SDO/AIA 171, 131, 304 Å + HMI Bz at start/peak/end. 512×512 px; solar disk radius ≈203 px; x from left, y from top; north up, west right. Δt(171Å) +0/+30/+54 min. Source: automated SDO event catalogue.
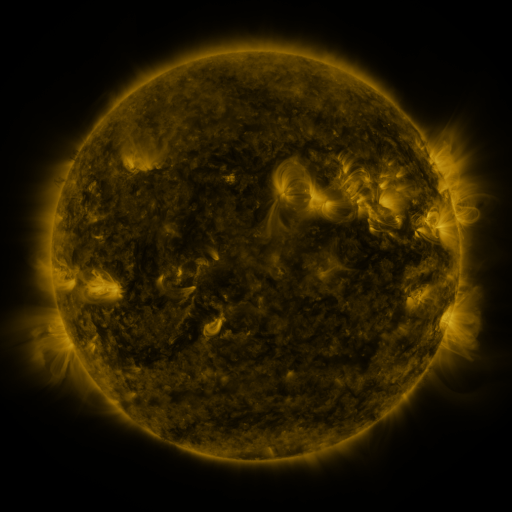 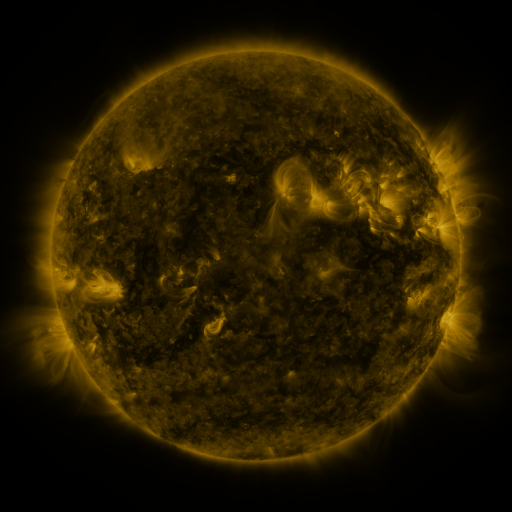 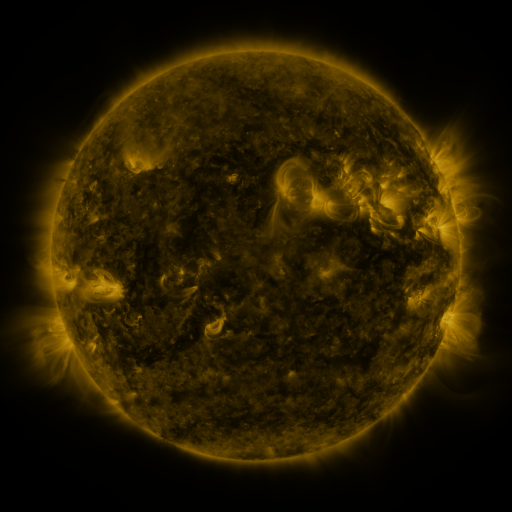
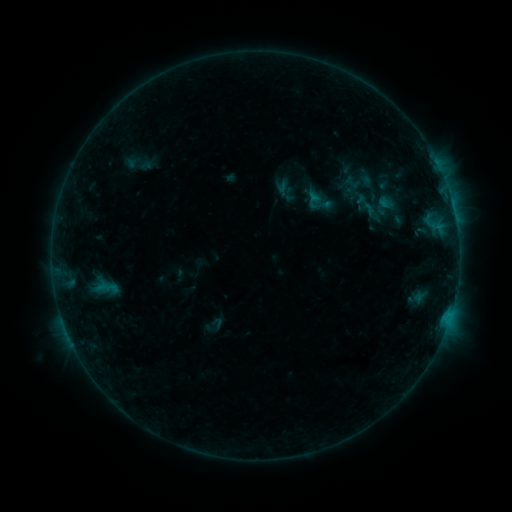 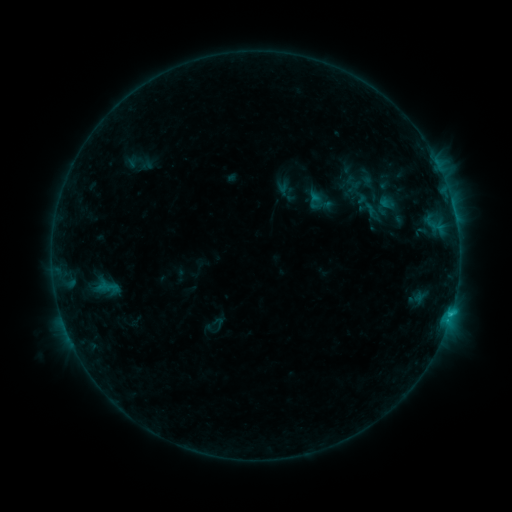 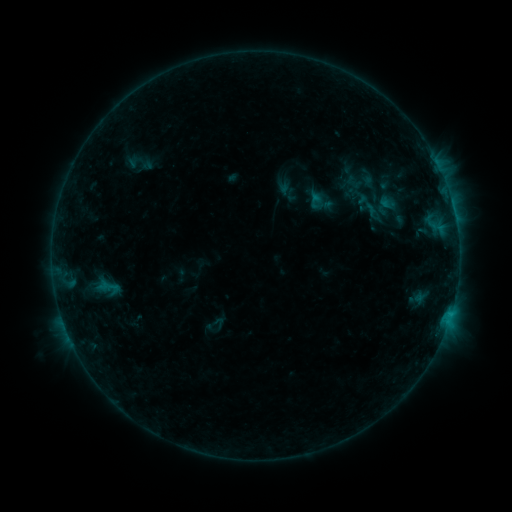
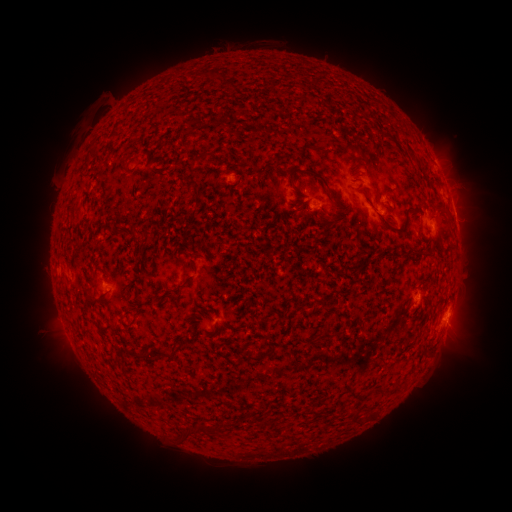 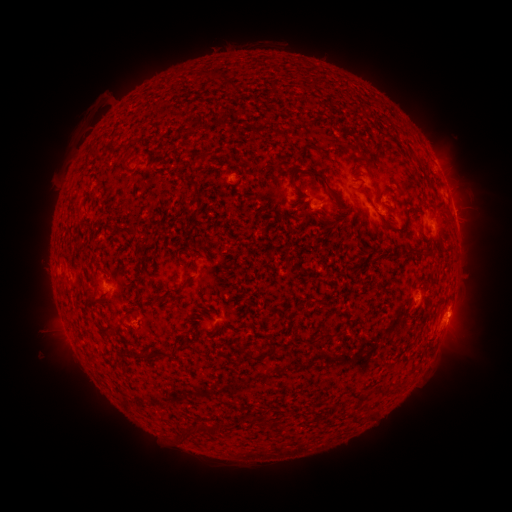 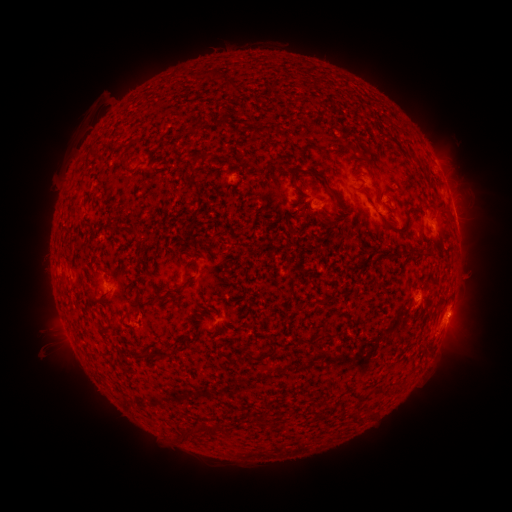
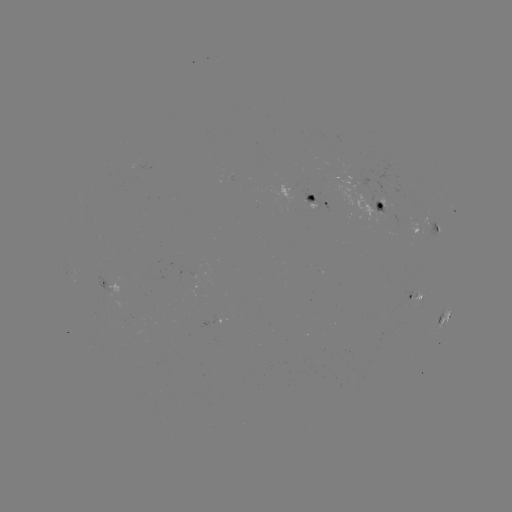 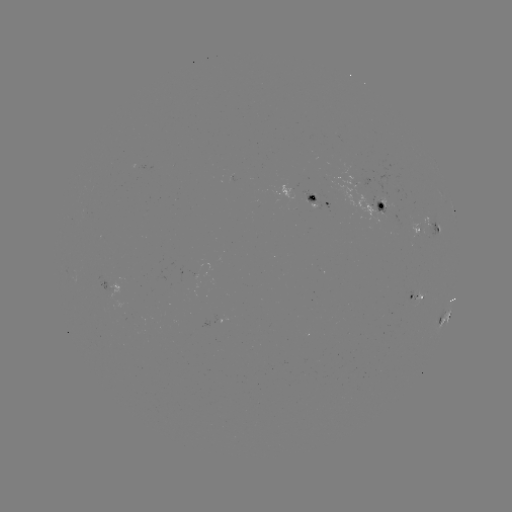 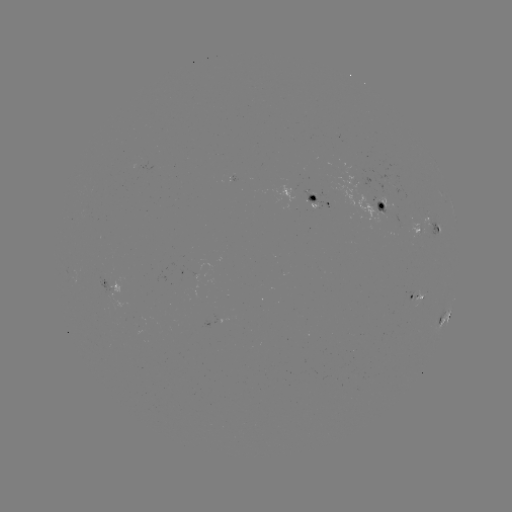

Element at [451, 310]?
B9.7 flare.